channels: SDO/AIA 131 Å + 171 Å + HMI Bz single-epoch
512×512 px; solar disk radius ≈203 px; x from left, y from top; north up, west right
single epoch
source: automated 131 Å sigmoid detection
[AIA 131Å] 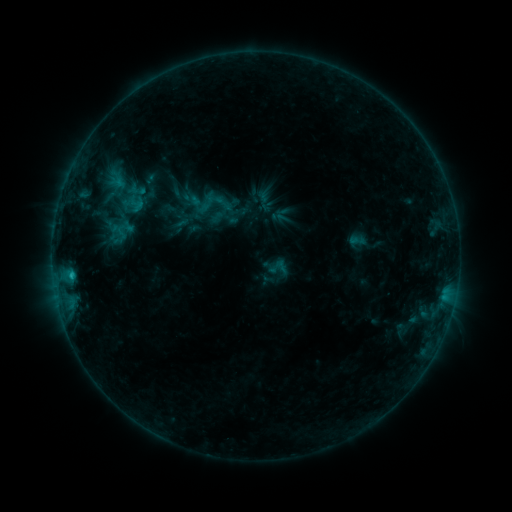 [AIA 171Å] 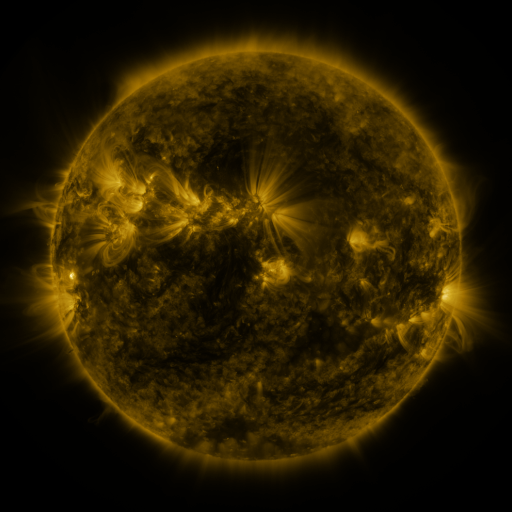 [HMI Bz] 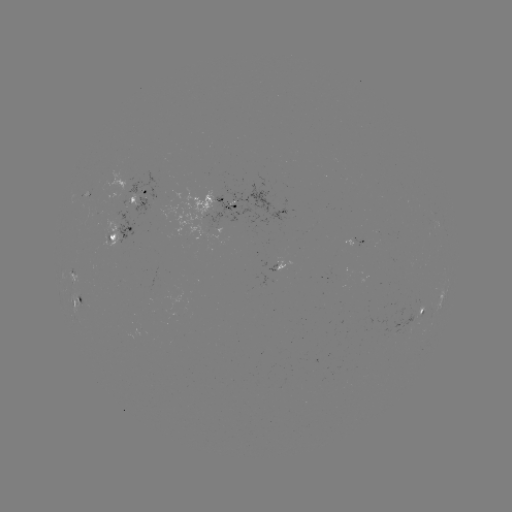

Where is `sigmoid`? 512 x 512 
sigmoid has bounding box [266, 257, 285, 276].